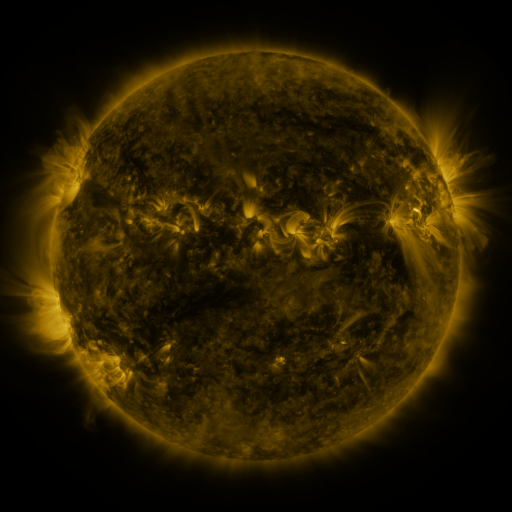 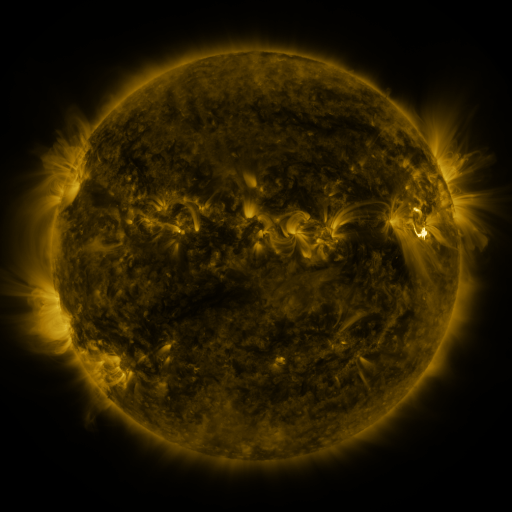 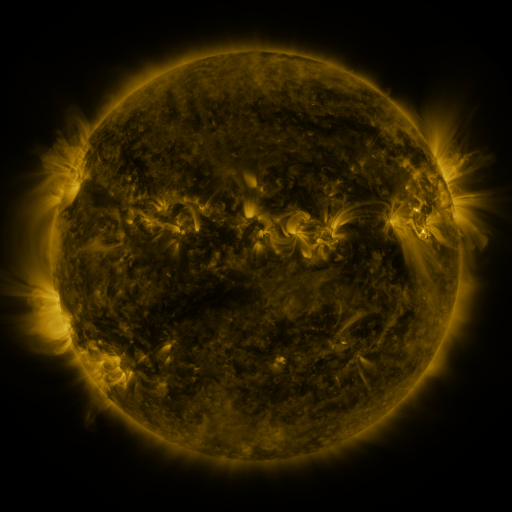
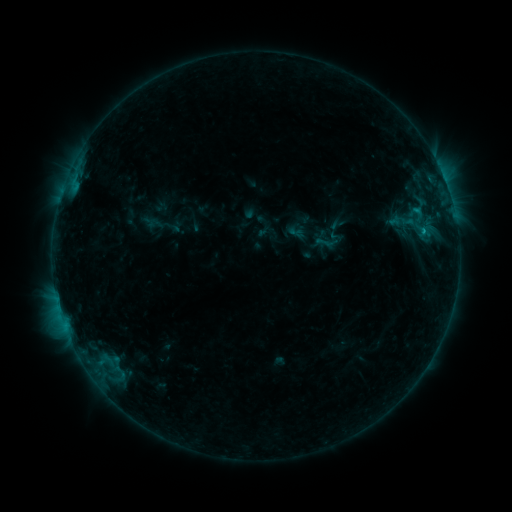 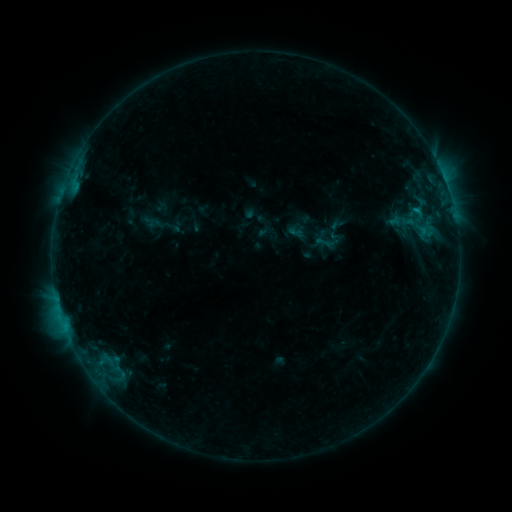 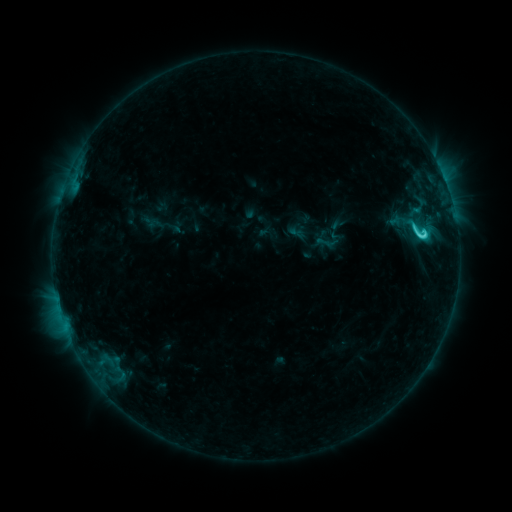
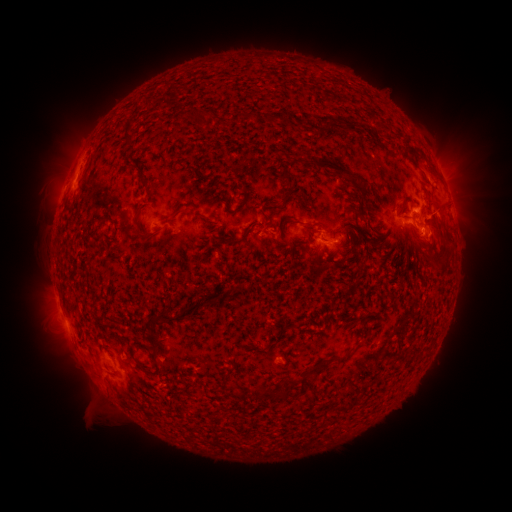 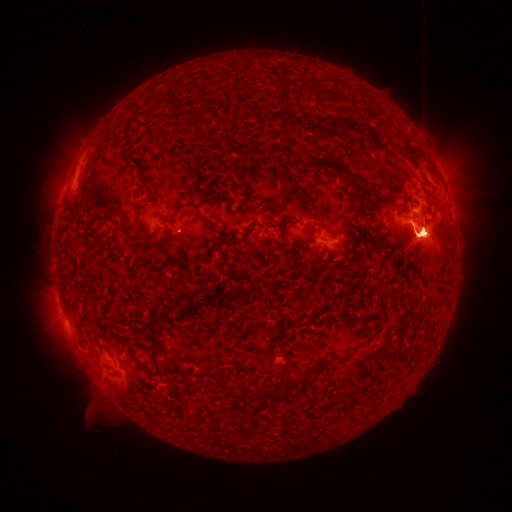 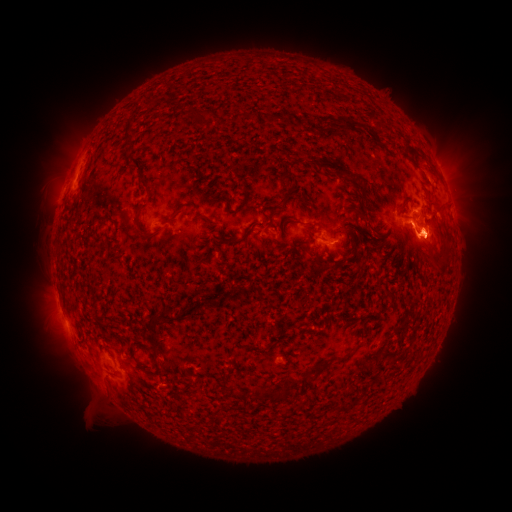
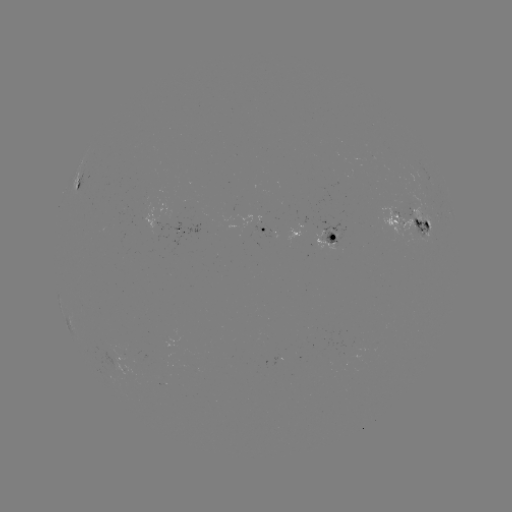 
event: flare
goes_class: M1.3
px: (420, 234)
